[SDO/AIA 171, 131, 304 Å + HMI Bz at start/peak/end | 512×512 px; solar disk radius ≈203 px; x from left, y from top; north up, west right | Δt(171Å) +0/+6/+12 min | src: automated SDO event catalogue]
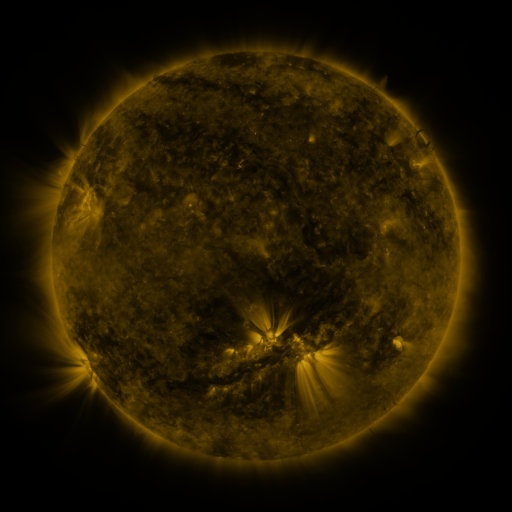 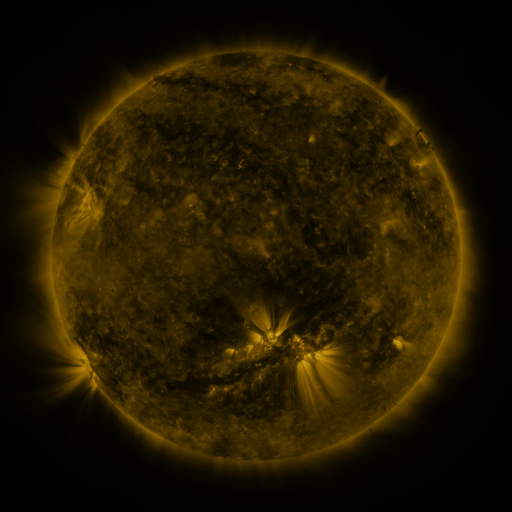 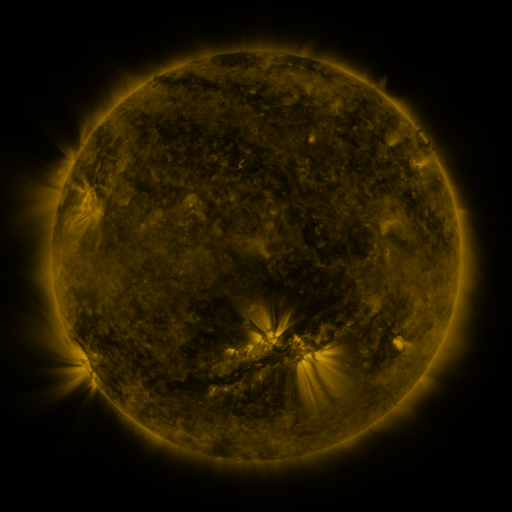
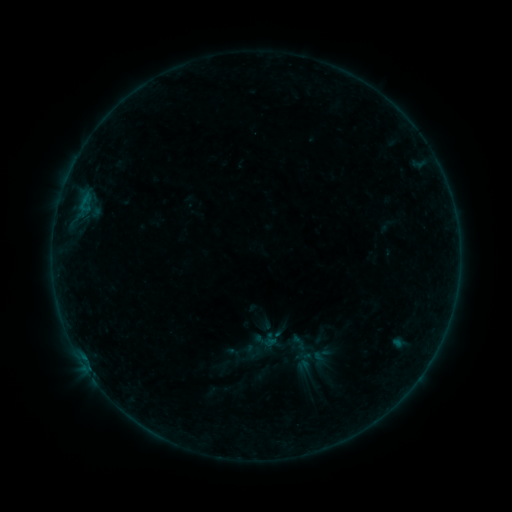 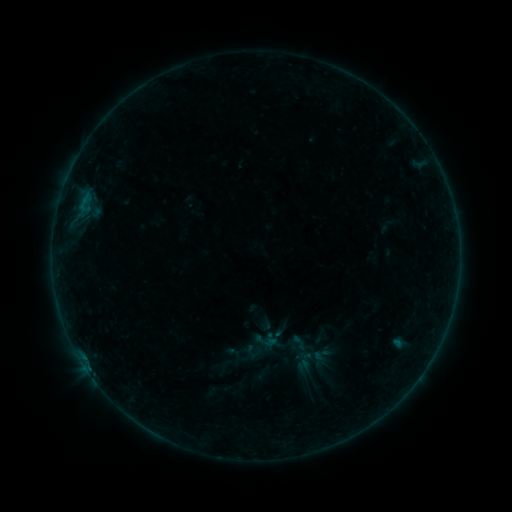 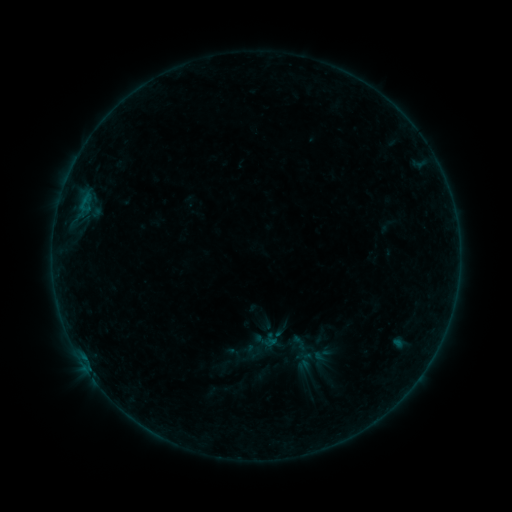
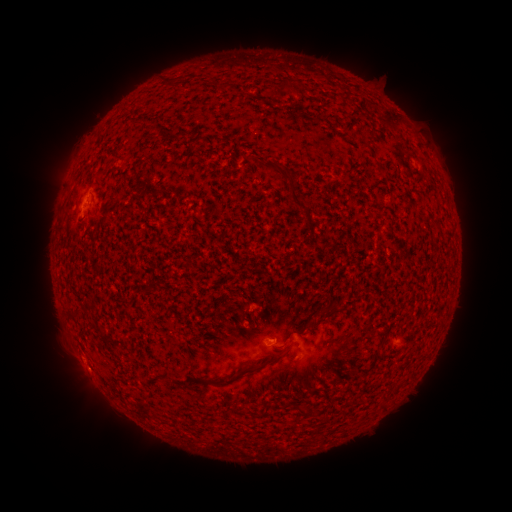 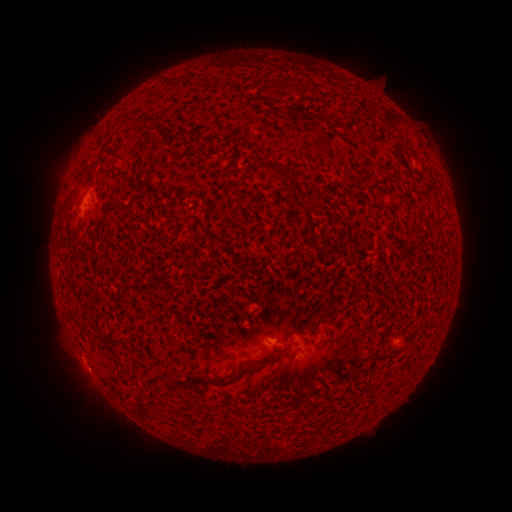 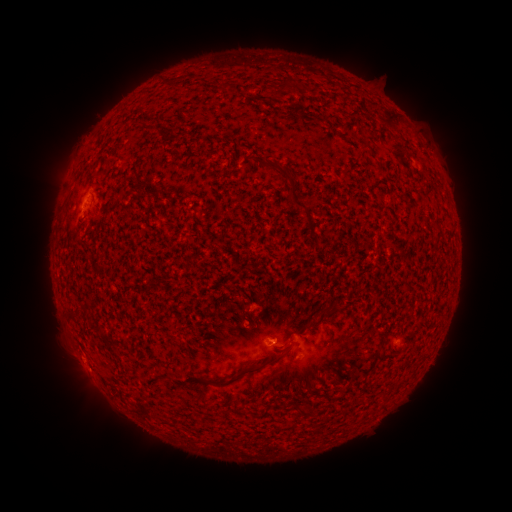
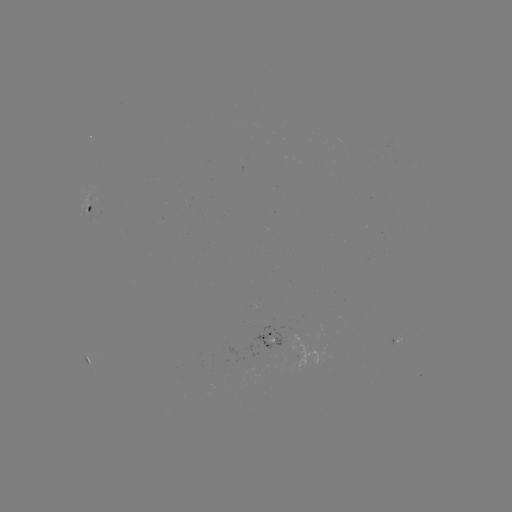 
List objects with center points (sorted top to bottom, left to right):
B1.0 flare: (86, 368)
